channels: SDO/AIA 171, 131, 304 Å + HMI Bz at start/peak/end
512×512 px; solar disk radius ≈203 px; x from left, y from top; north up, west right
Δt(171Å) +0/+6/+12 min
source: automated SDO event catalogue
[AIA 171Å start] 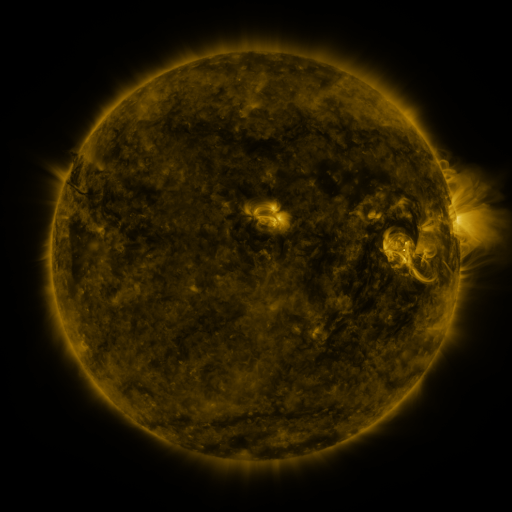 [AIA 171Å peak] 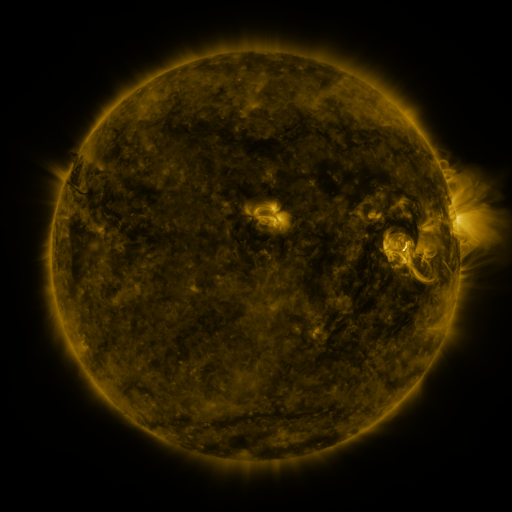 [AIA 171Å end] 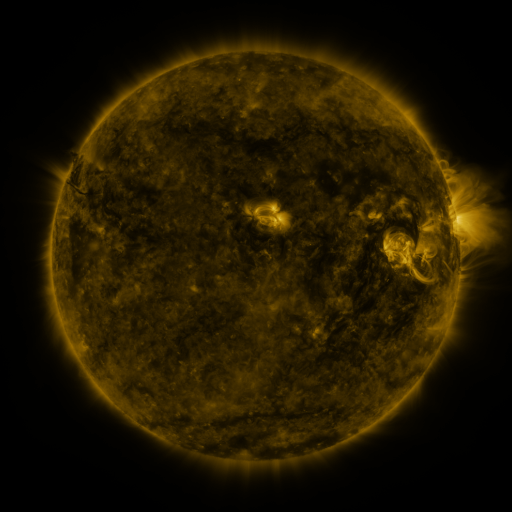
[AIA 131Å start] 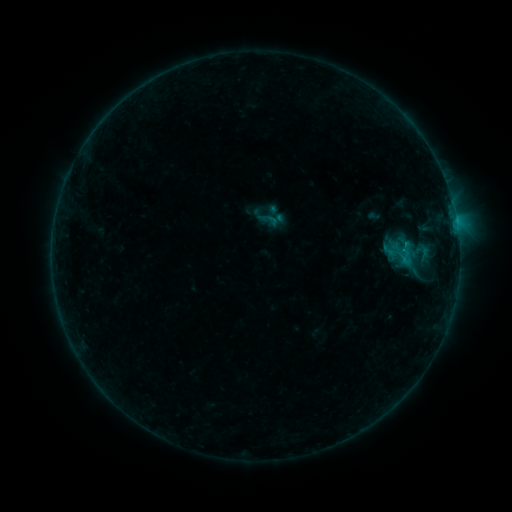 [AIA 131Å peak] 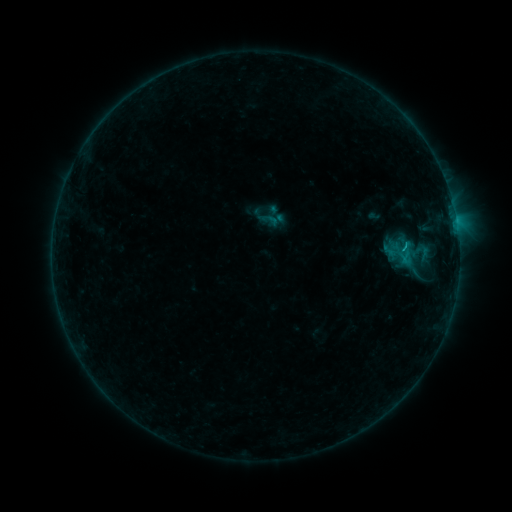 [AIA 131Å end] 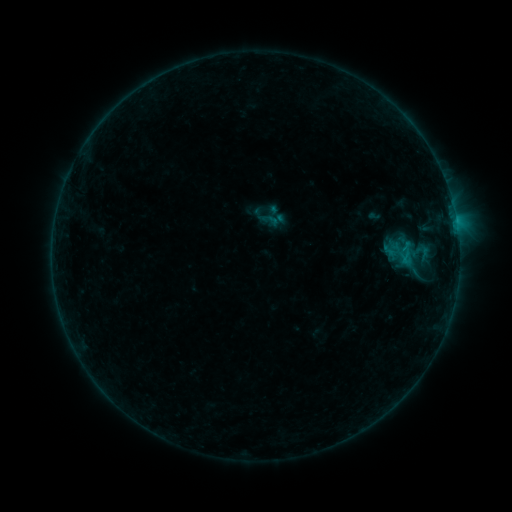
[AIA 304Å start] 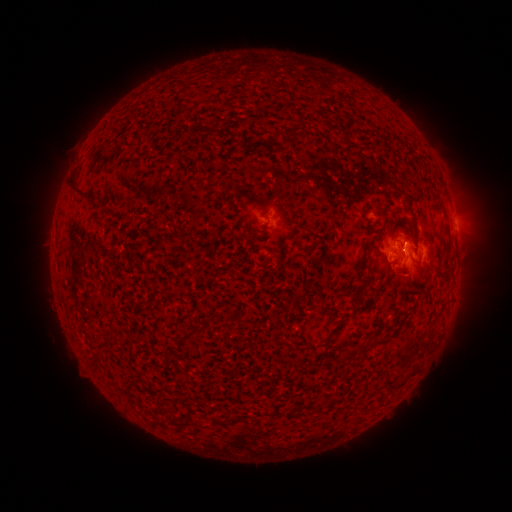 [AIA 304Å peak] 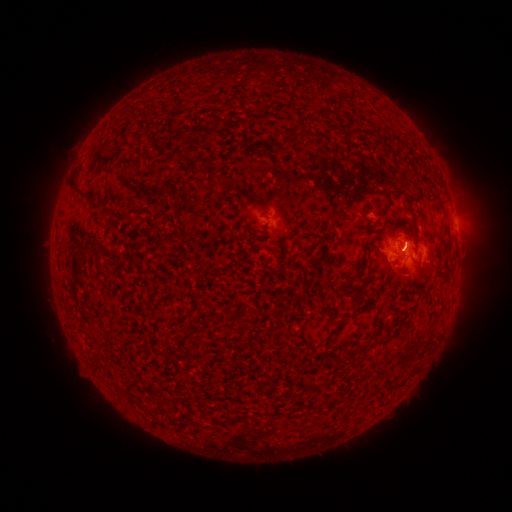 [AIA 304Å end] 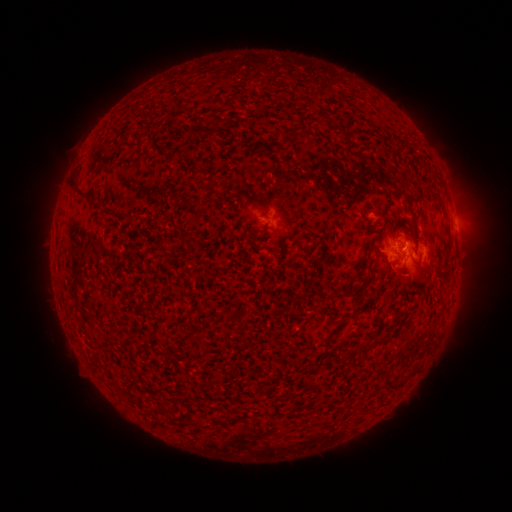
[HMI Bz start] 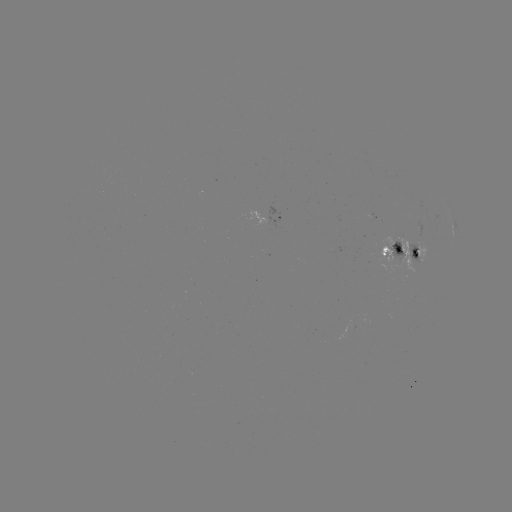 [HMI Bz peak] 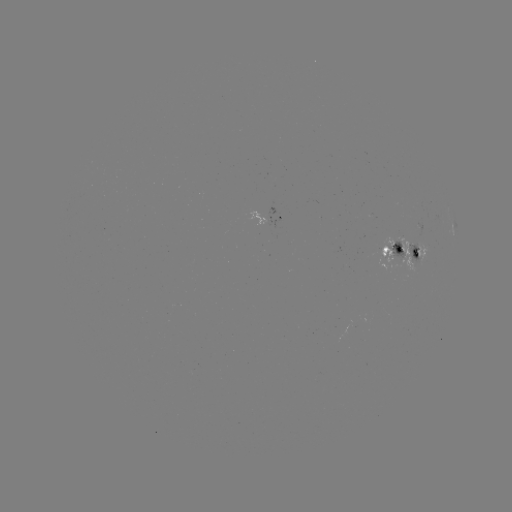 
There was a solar flare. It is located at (404, 250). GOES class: B6.6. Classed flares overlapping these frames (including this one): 1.